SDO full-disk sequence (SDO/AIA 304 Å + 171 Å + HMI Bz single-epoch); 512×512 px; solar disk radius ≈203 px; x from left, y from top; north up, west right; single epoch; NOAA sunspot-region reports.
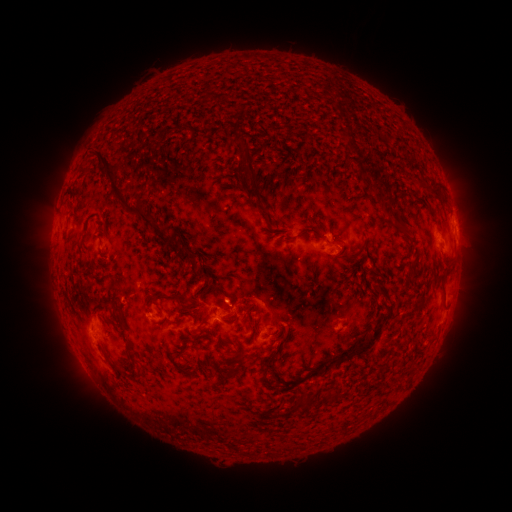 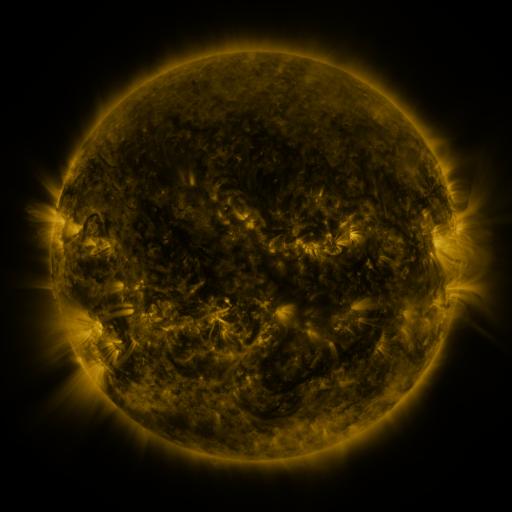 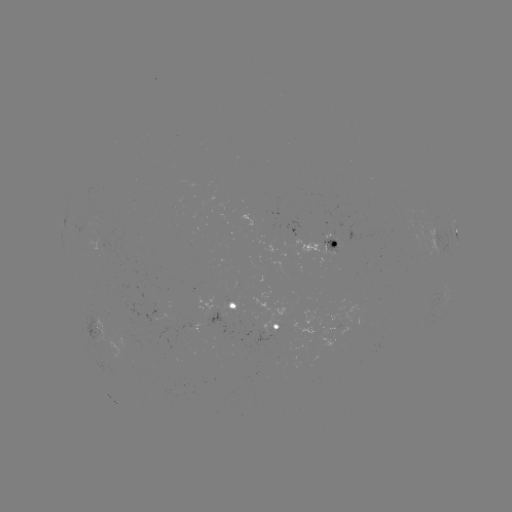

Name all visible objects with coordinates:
spotted active region: (456, 229)
spotted active region: (437, 238)
spotted active region: (328, 244)
spotted active region: (234, 305)
spotted active region: (273, 326)
spotted active region: (97, 332)
